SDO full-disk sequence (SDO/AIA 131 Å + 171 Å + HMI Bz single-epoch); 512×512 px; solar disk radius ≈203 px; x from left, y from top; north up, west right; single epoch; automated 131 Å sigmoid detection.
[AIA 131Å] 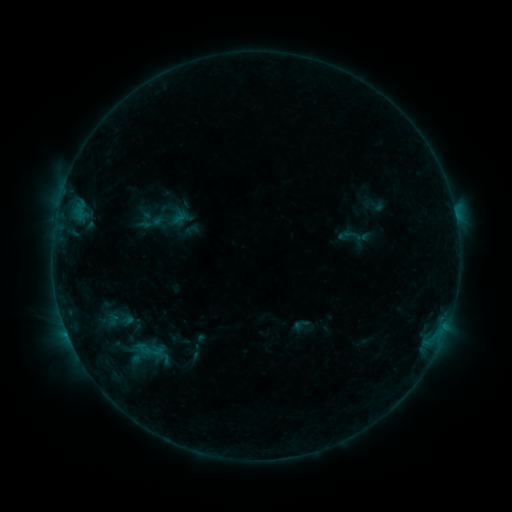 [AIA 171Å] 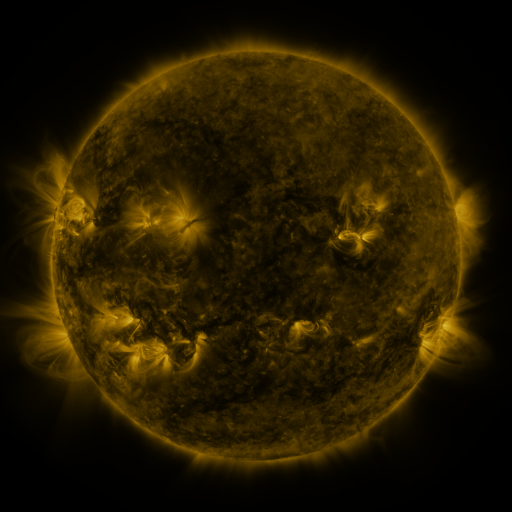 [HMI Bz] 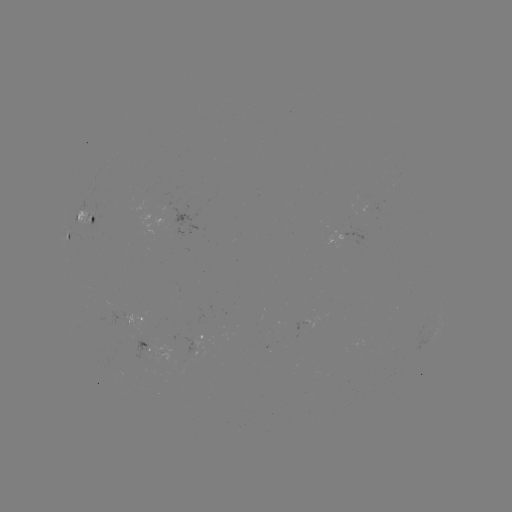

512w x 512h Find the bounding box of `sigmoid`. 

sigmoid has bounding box [334, 219, 374, 253].